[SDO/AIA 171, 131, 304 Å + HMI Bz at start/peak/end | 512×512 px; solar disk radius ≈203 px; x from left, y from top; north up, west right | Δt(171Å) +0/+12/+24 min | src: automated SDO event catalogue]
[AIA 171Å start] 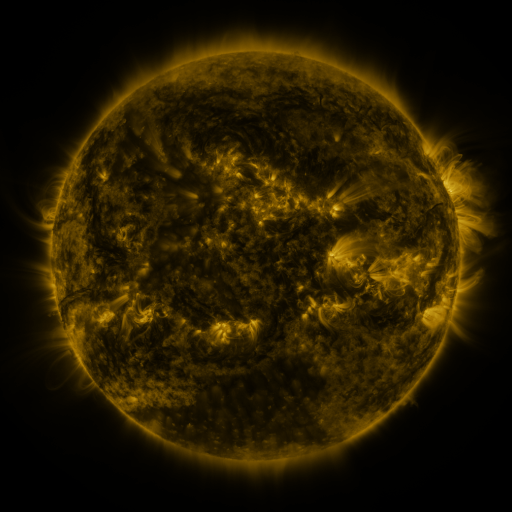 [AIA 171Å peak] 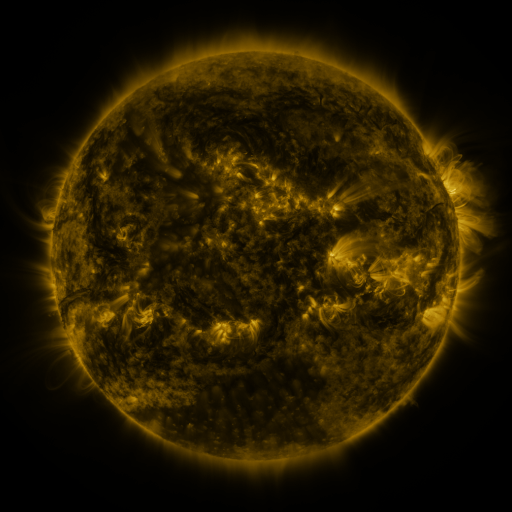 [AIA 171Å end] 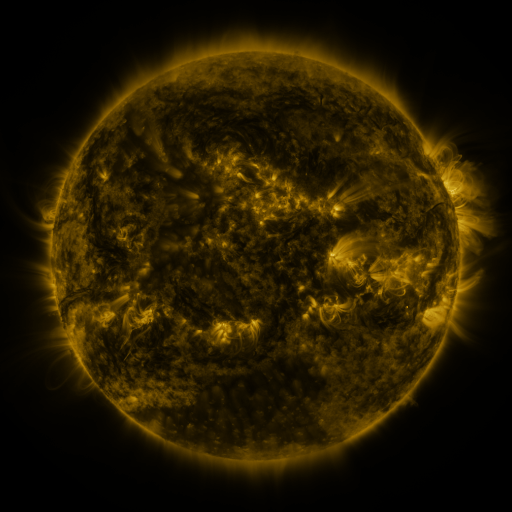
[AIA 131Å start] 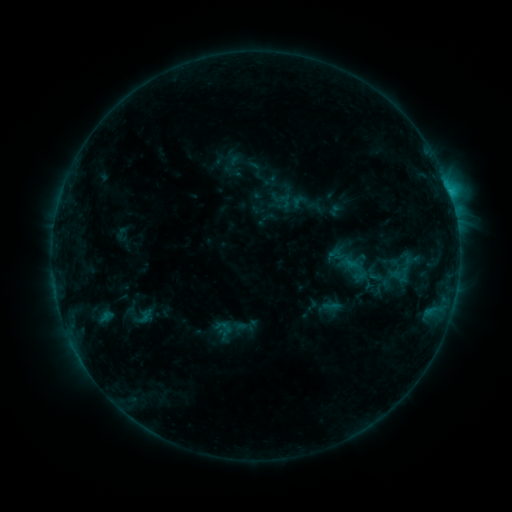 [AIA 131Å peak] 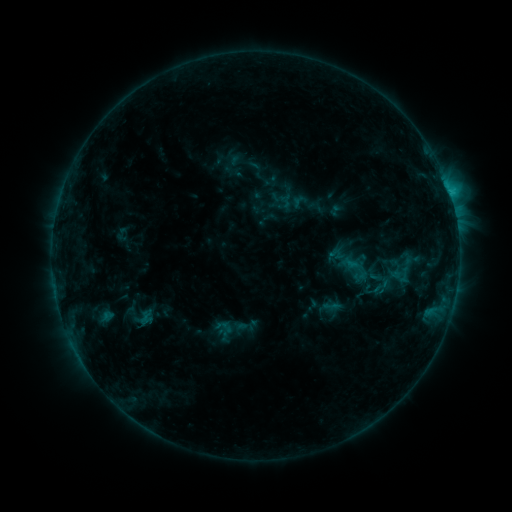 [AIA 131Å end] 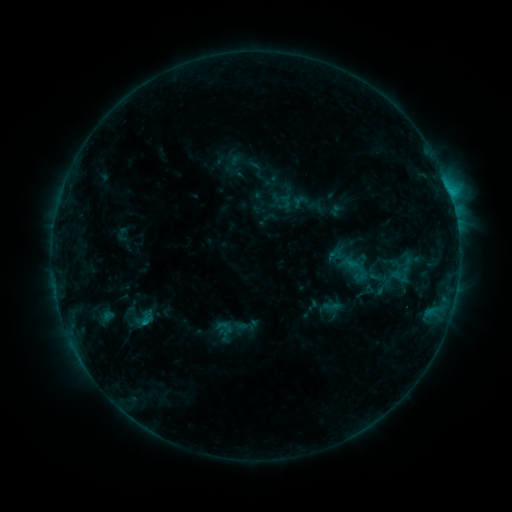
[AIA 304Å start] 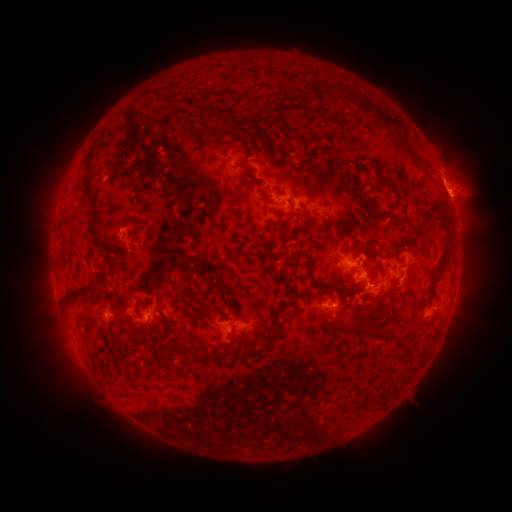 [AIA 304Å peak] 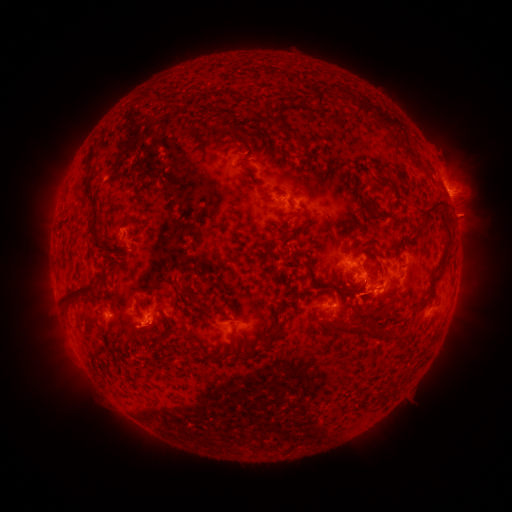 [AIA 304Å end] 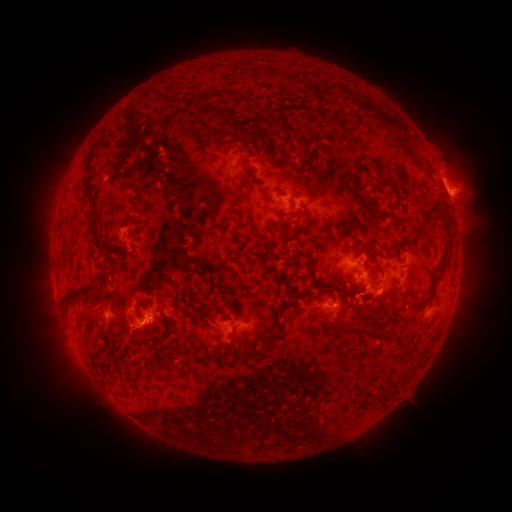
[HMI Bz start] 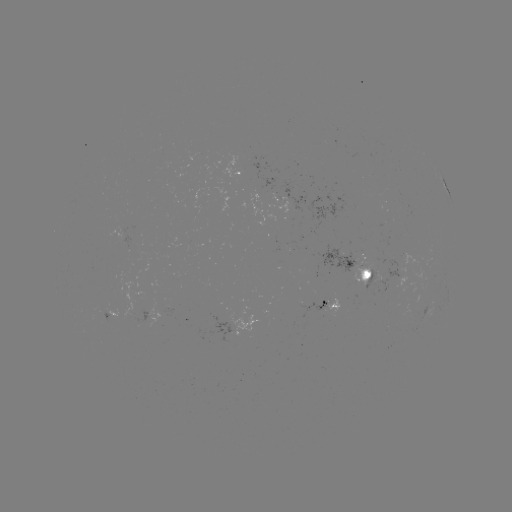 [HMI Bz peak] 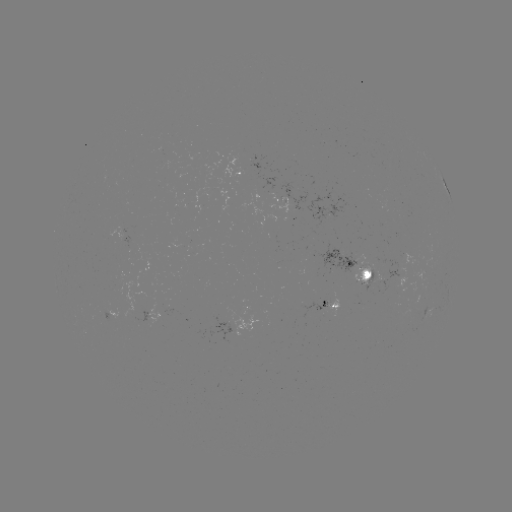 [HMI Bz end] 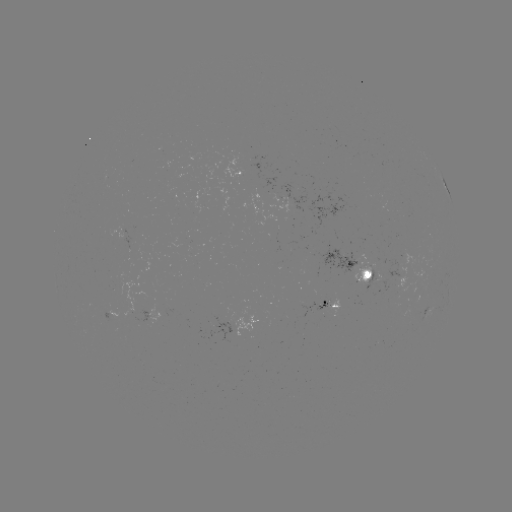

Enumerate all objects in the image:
eruption: (384, 293)
